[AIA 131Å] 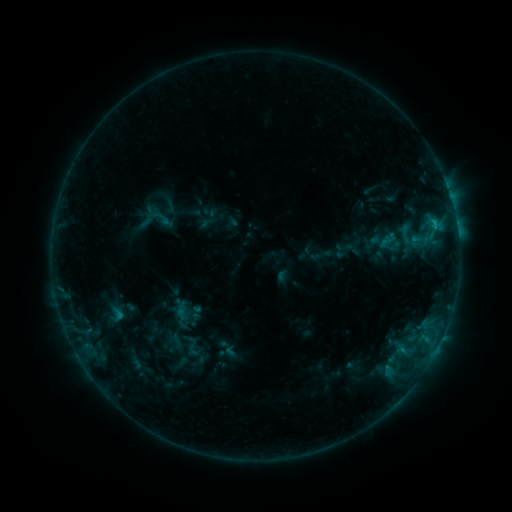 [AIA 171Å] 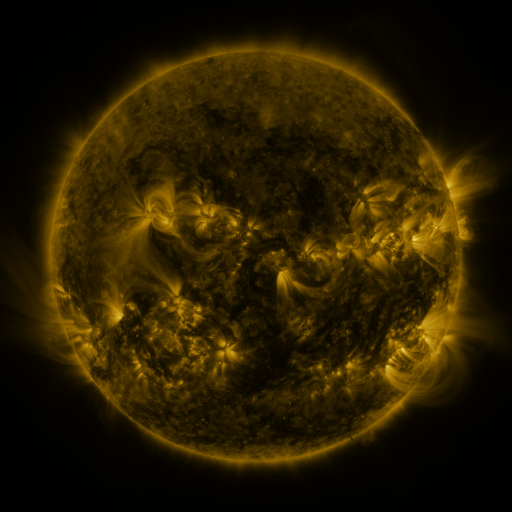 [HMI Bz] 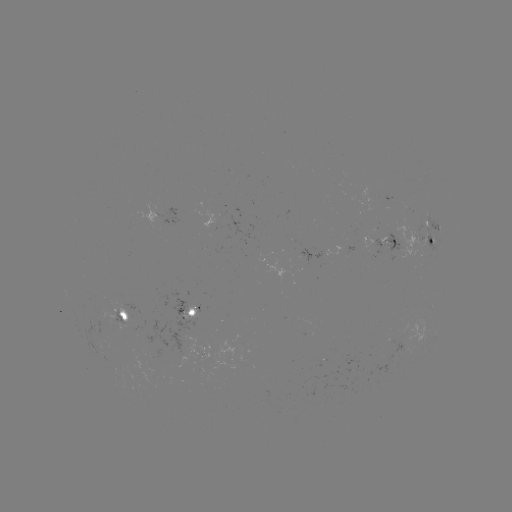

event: sigmoid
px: (388, 240)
